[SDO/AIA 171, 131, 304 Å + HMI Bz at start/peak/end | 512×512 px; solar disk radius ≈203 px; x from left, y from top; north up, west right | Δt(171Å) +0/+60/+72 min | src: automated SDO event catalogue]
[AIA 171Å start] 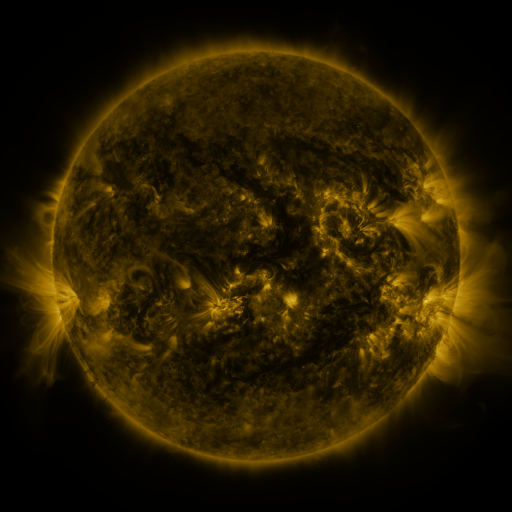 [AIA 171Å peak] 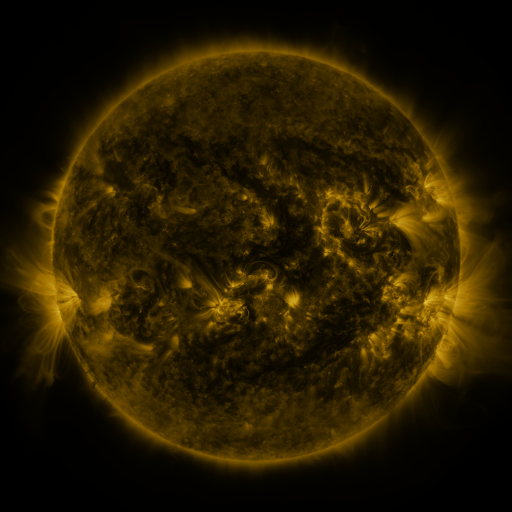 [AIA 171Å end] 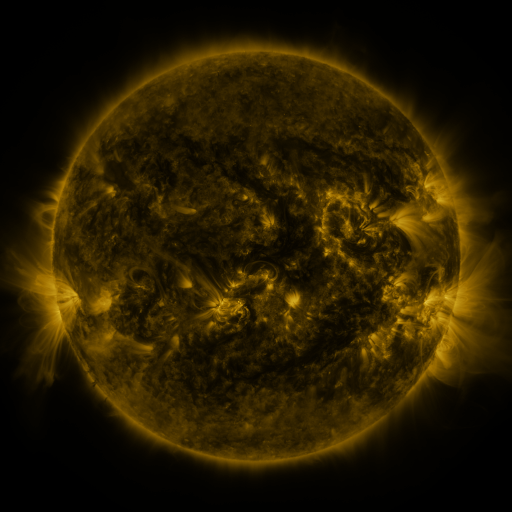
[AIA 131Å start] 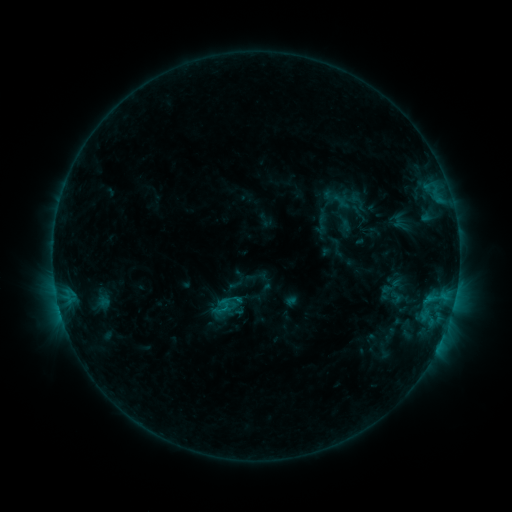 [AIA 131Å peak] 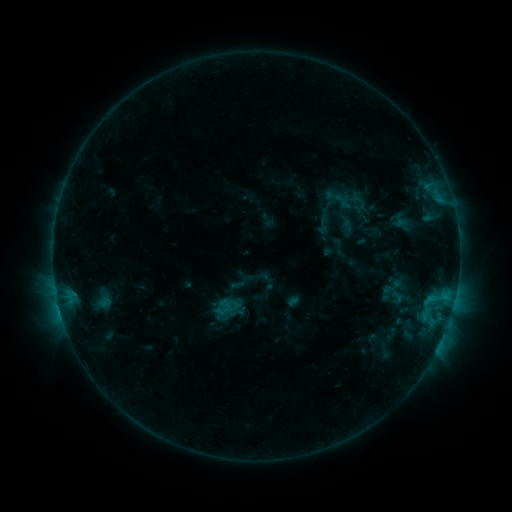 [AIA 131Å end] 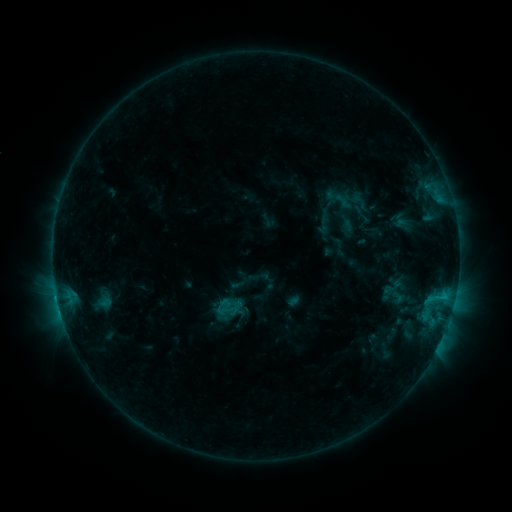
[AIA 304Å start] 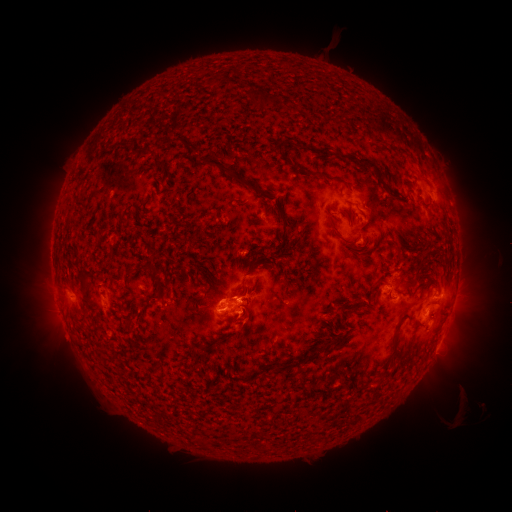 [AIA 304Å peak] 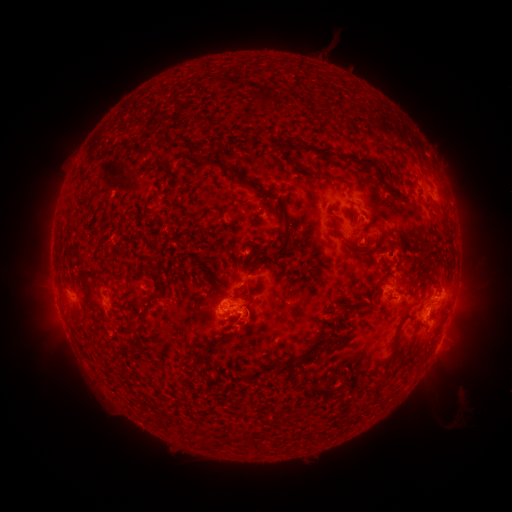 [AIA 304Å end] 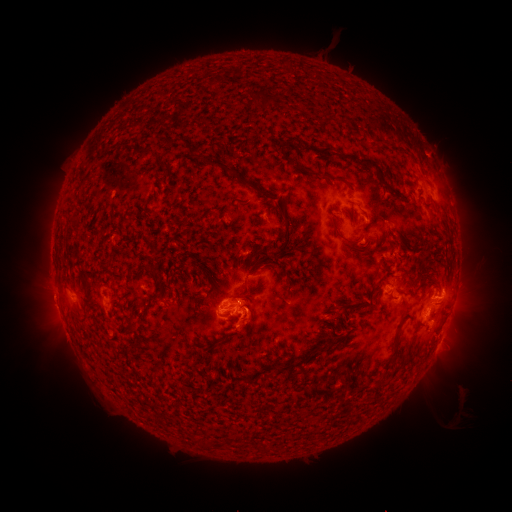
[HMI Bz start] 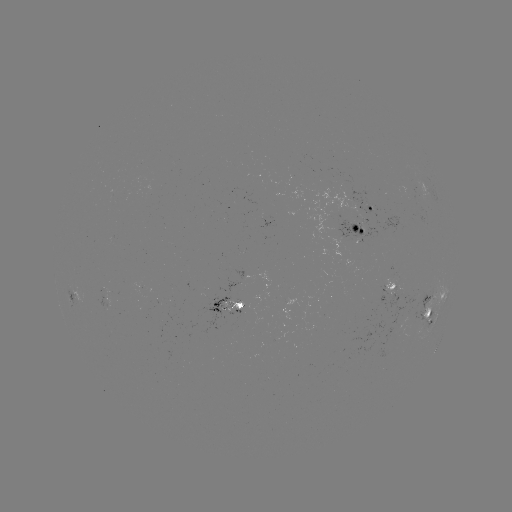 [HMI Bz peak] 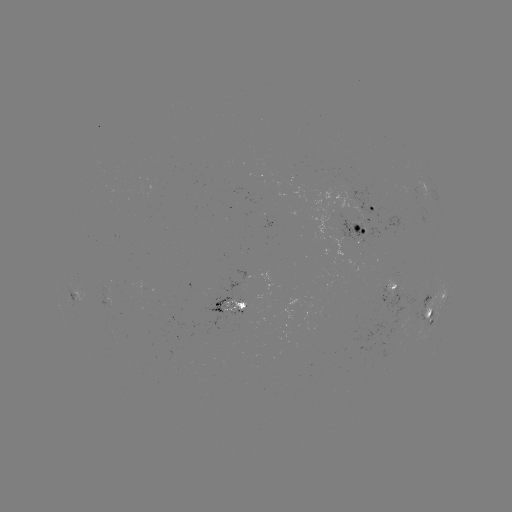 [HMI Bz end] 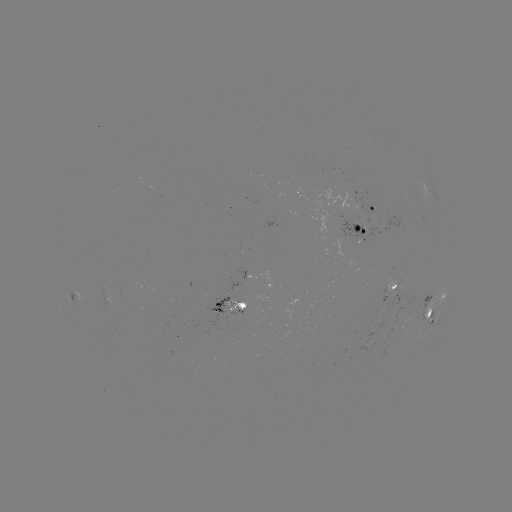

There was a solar emerging-flux region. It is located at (238, 305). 